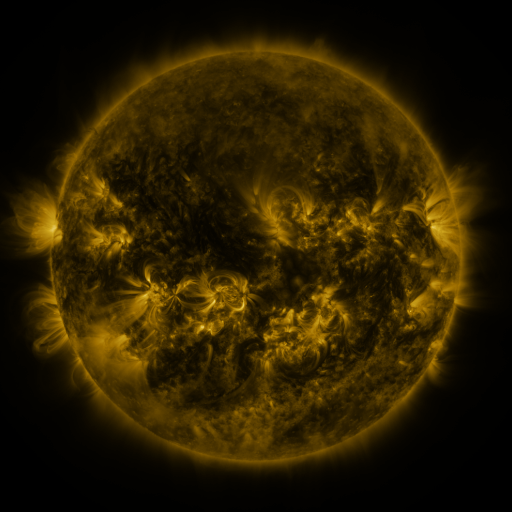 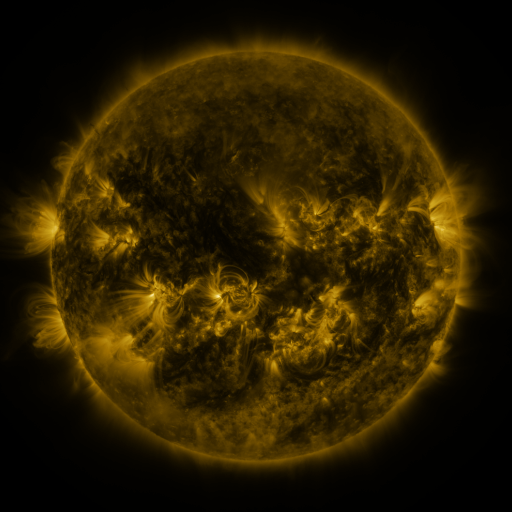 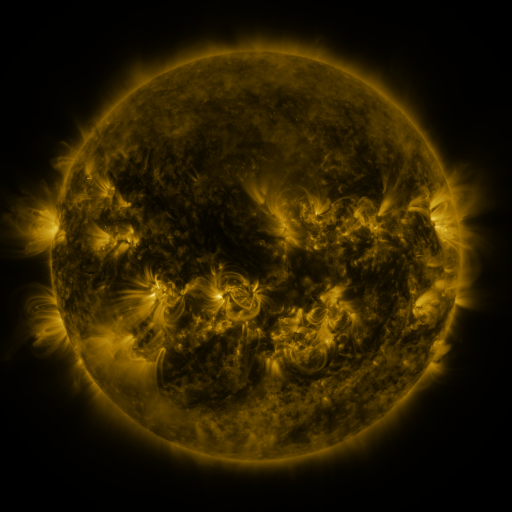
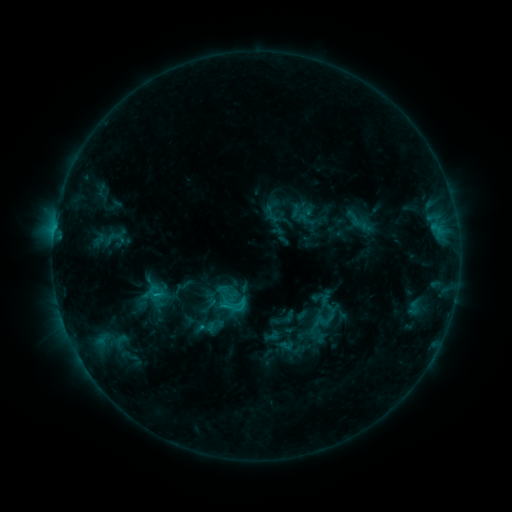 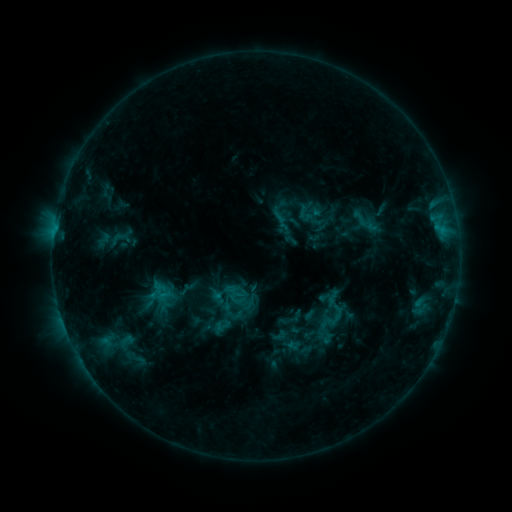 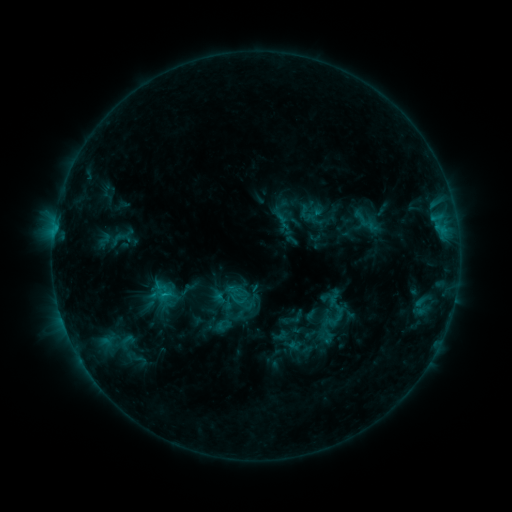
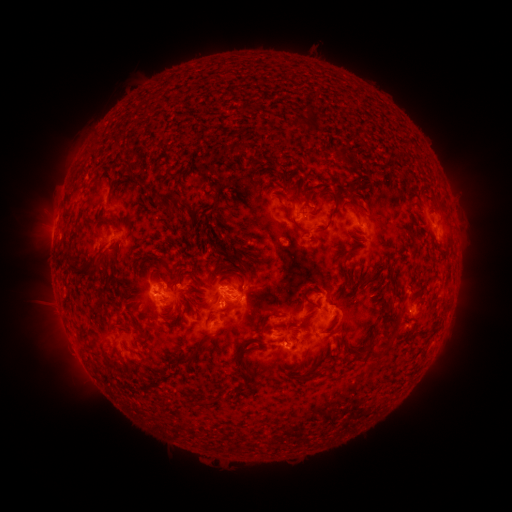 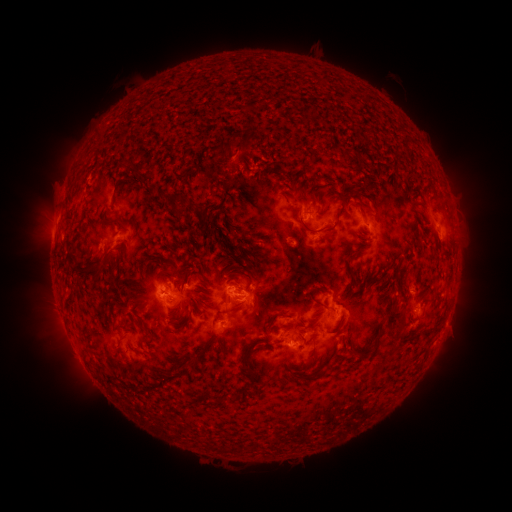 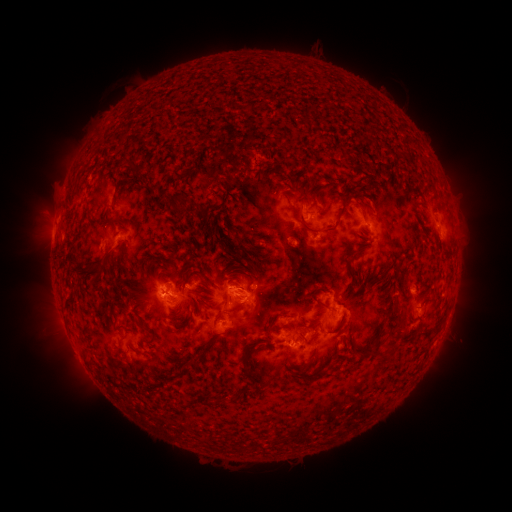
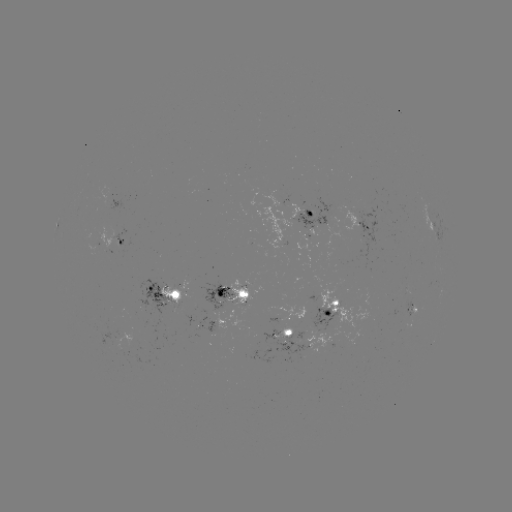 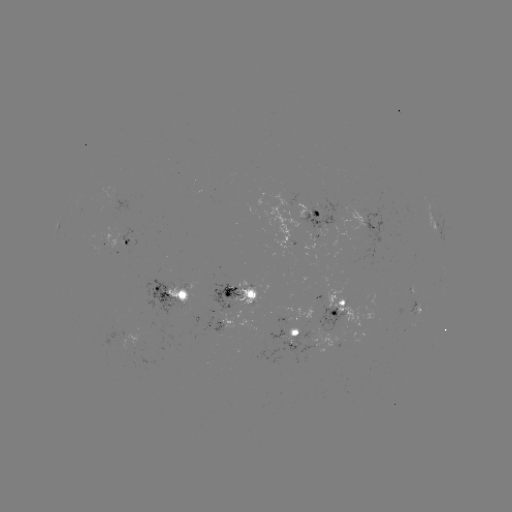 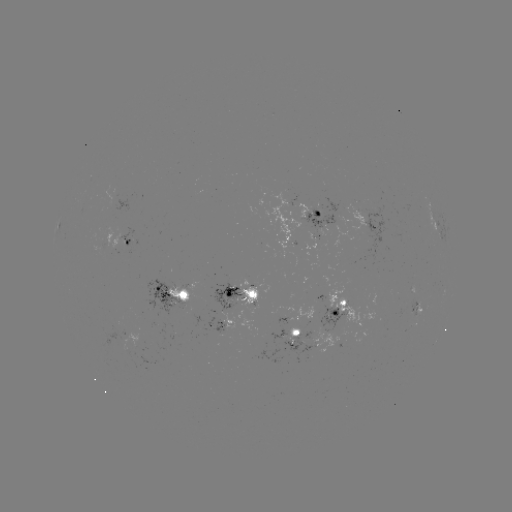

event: emerging-flux region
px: (180, 289)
